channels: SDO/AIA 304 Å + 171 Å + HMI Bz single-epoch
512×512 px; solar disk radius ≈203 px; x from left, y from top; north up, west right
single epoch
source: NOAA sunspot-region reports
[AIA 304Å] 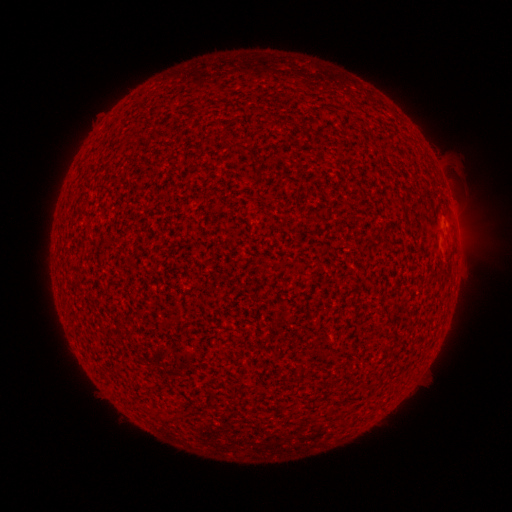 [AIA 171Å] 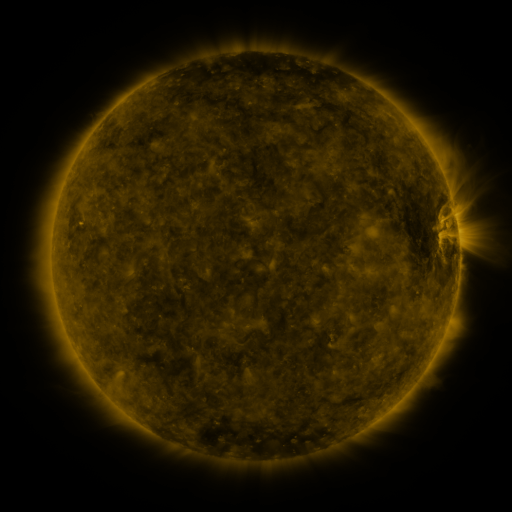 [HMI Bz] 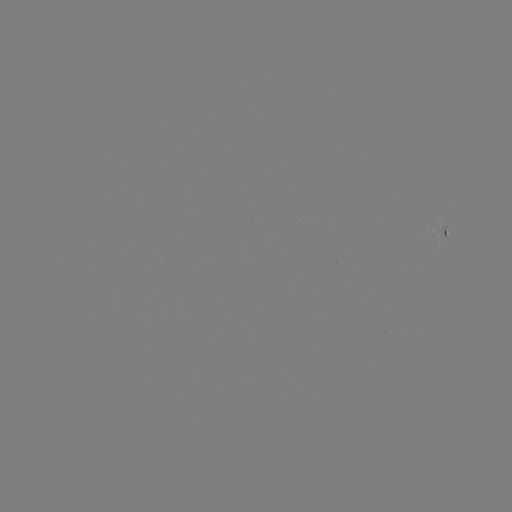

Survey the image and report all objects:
spotted active region: (446, 235)
